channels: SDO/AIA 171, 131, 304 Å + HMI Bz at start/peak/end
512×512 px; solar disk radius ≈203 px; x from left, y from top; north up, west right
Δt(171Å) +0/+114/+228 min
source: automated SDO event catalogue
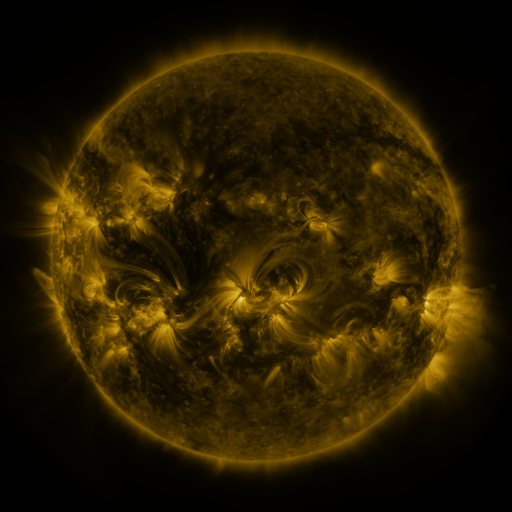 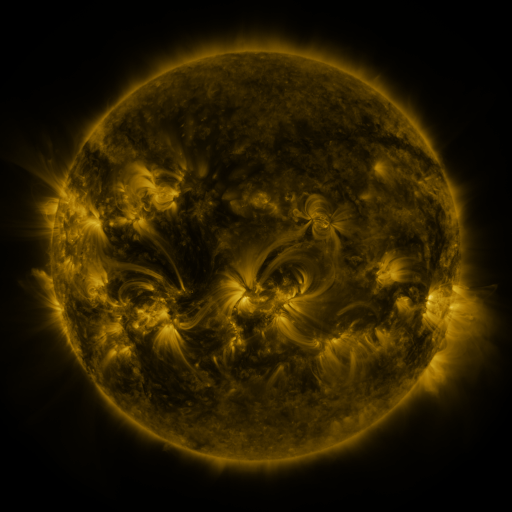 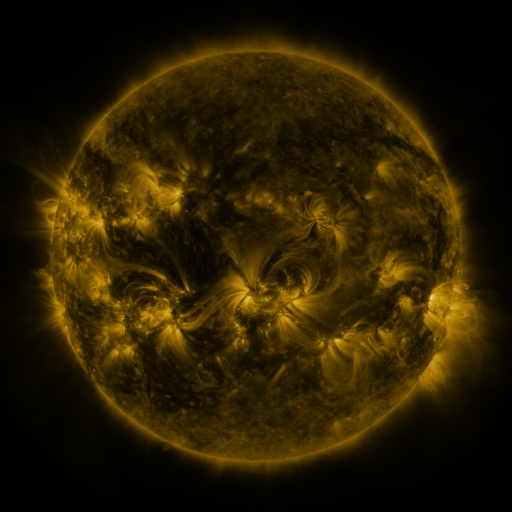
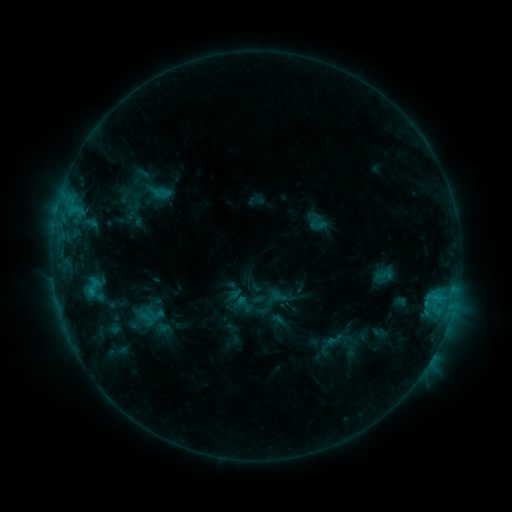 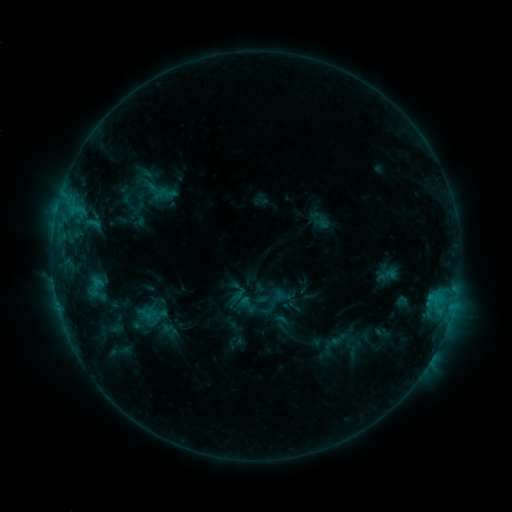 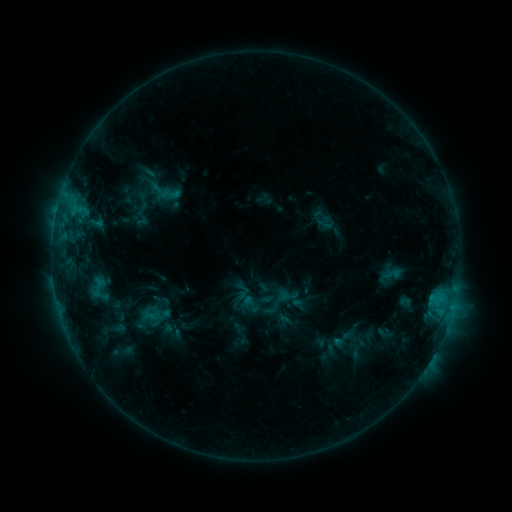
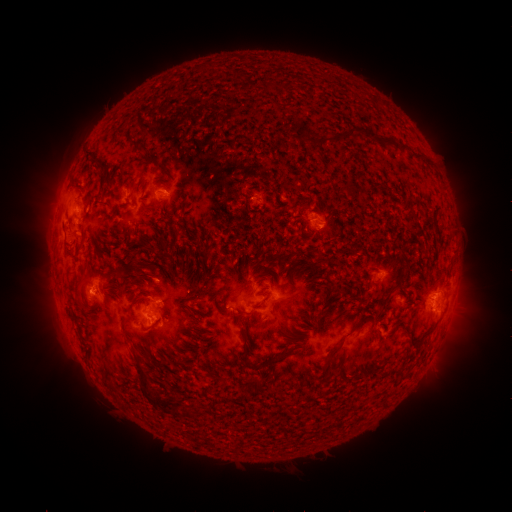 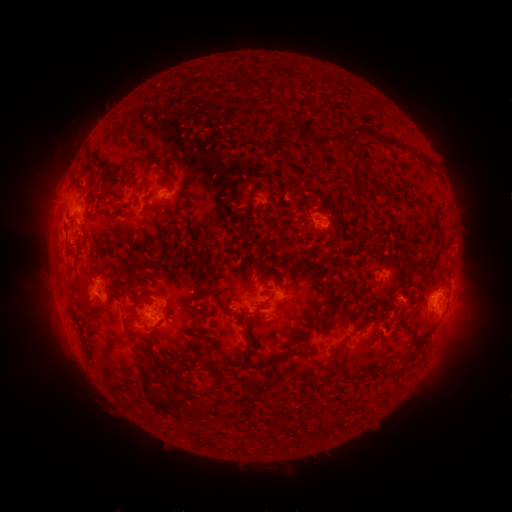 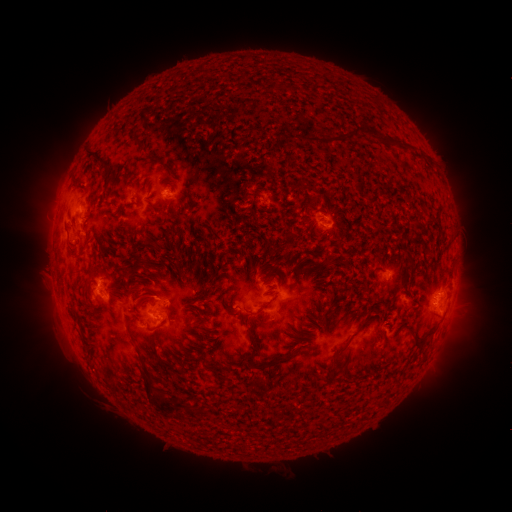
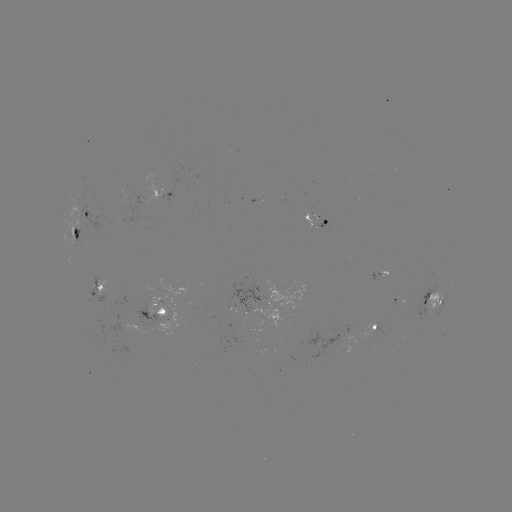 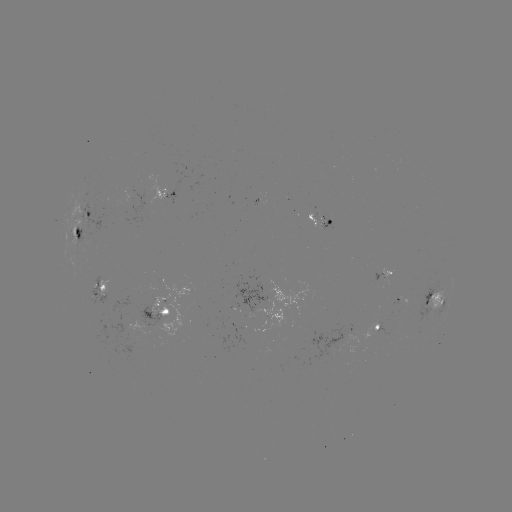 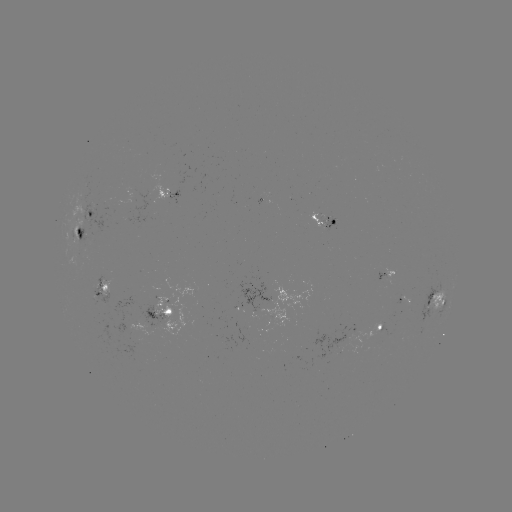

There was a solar filament eruption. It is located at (72, 144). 